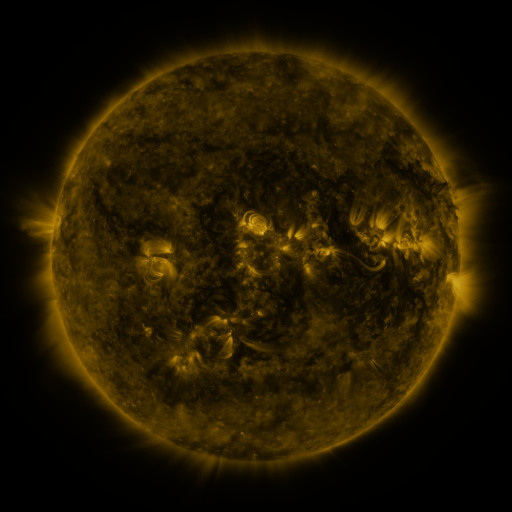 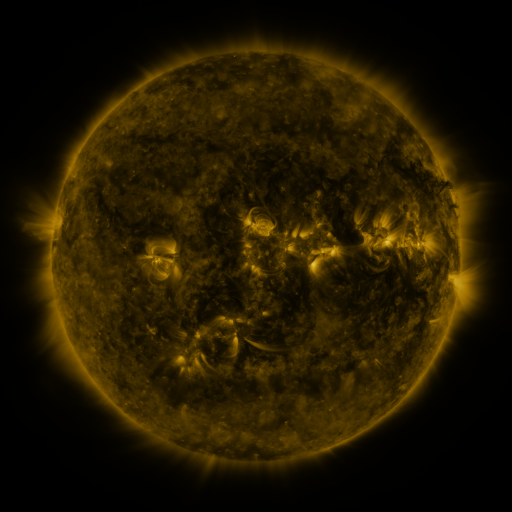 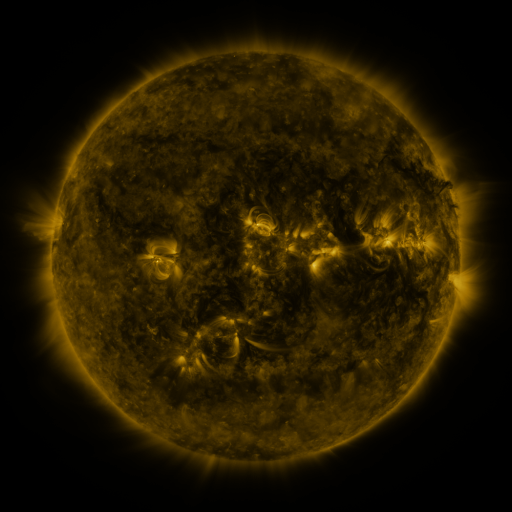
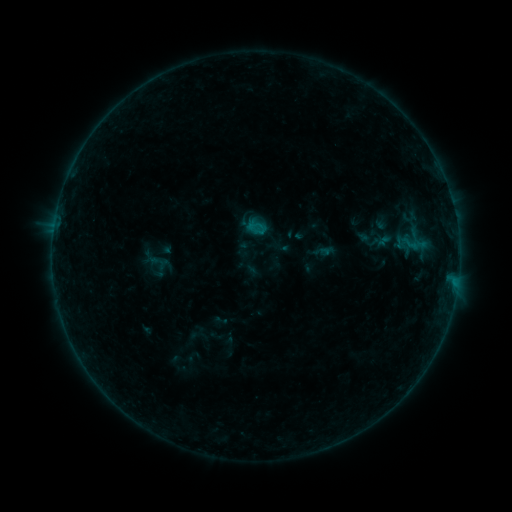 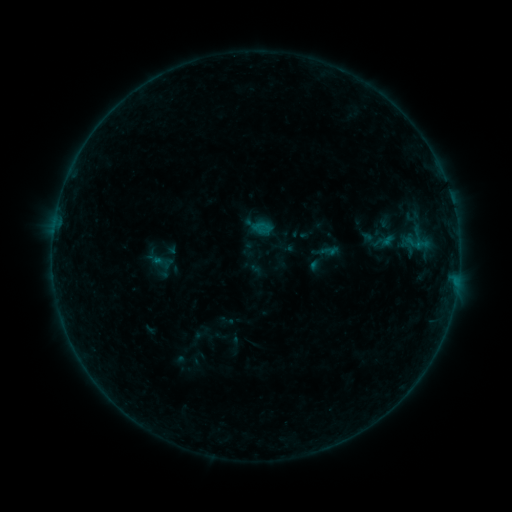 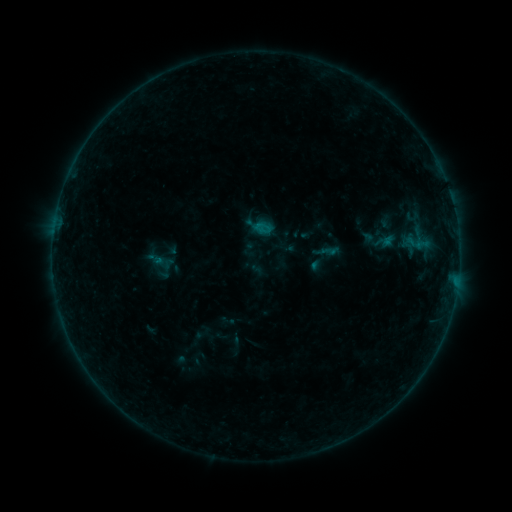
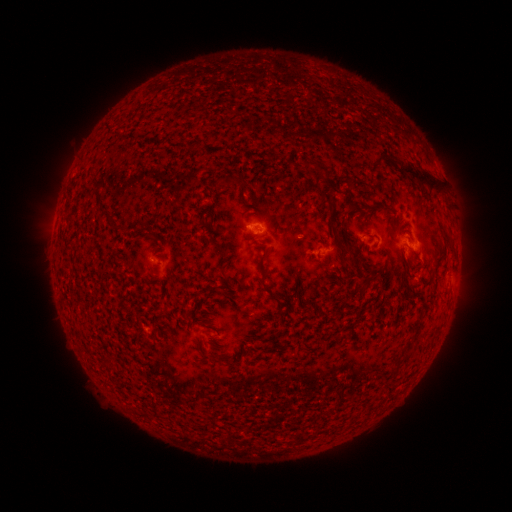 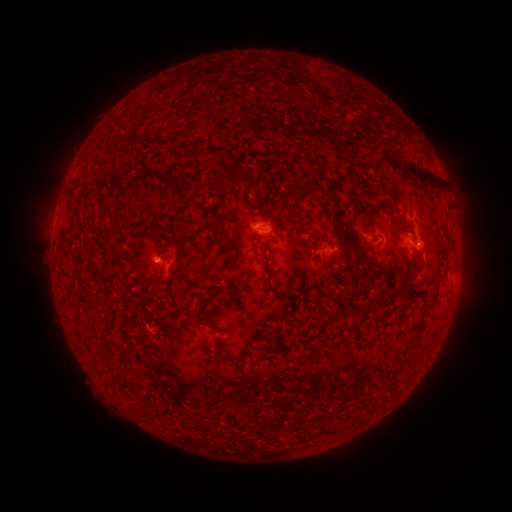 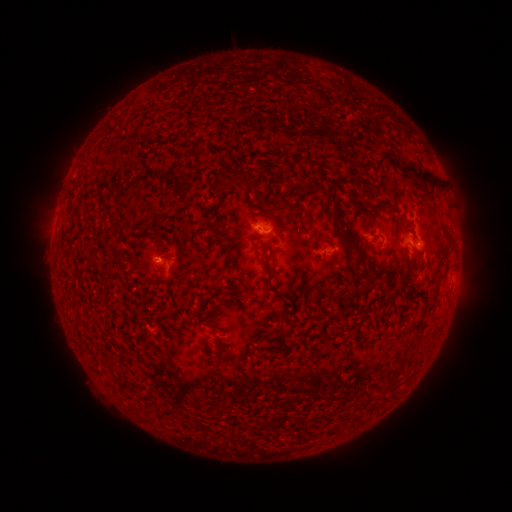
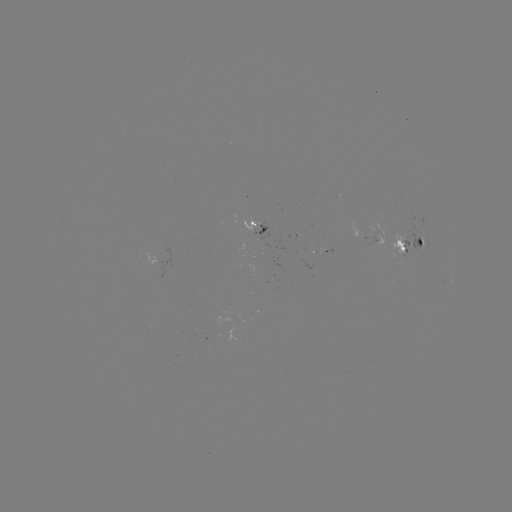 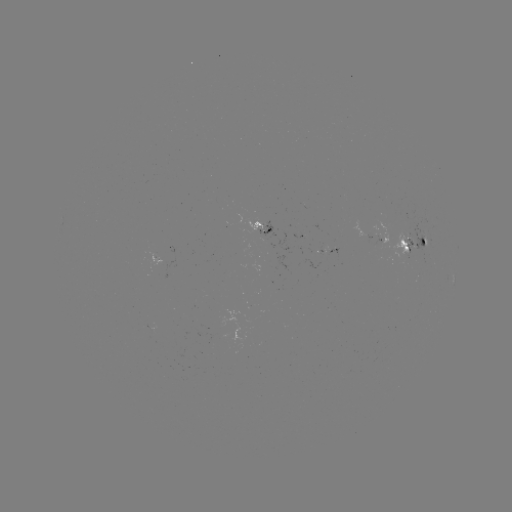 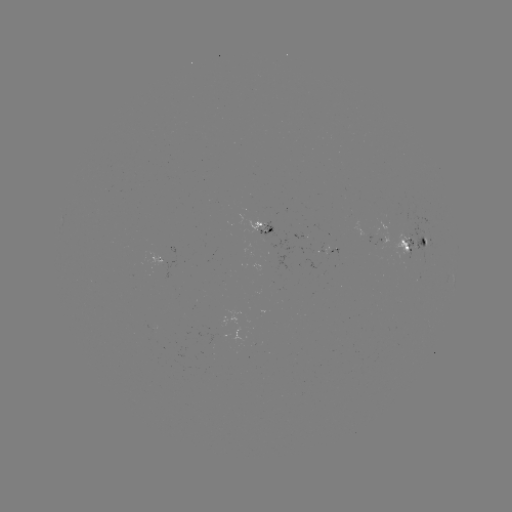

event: emerging-flux region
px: (406, 240)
